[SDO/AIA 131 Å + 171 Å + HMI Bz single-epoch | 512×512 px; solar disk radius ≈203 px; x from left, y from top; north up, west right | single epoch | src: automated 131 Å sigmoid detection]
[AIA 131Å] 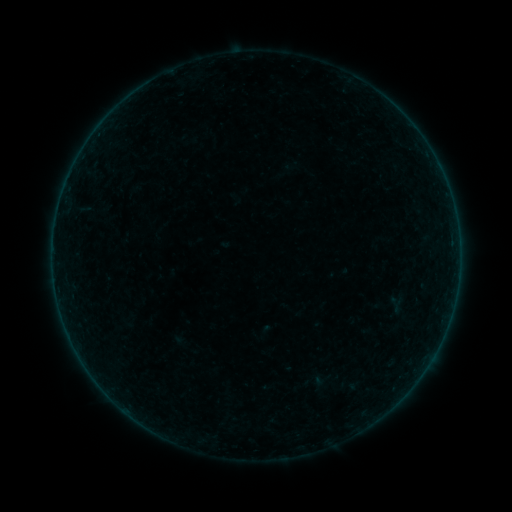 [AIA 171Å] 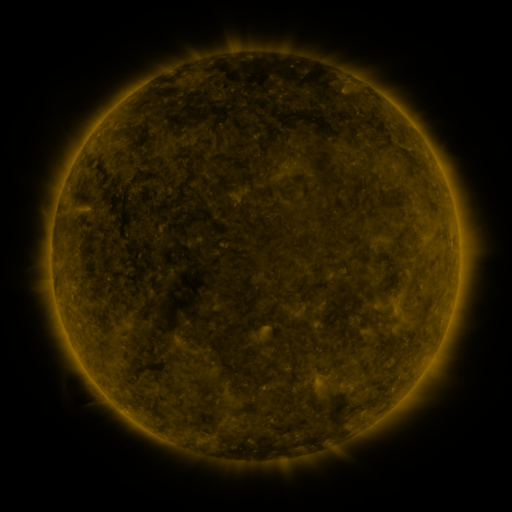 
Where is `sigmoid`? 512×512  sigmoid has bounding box [386, 296, 403, 313].